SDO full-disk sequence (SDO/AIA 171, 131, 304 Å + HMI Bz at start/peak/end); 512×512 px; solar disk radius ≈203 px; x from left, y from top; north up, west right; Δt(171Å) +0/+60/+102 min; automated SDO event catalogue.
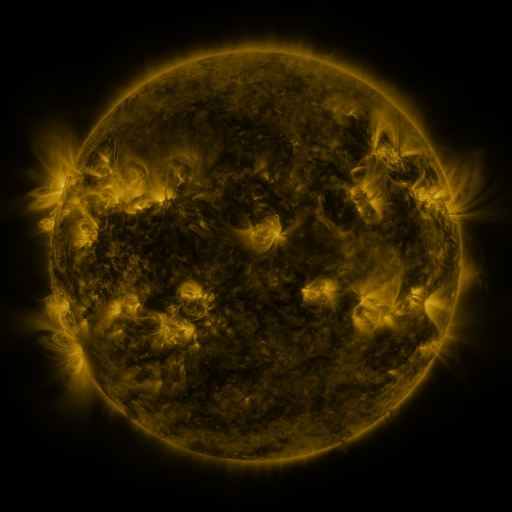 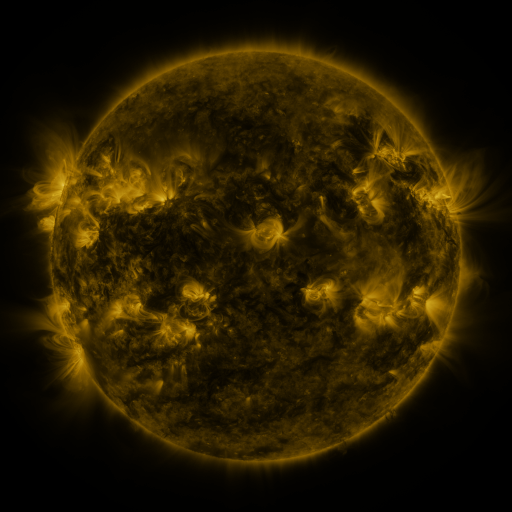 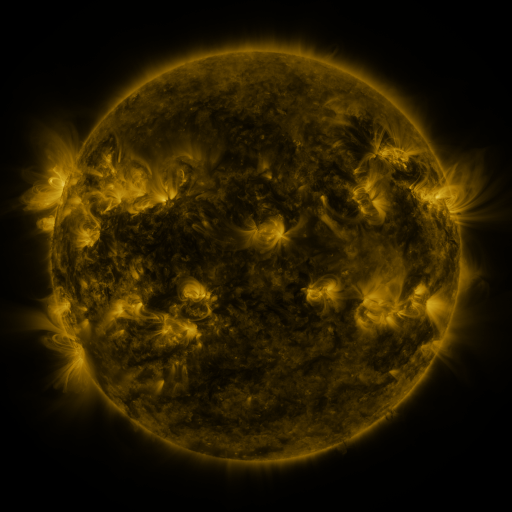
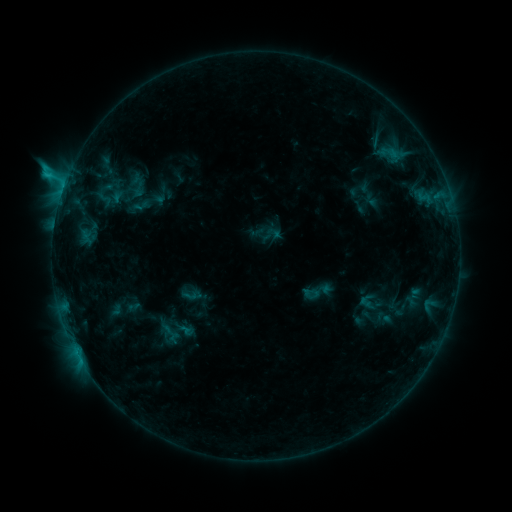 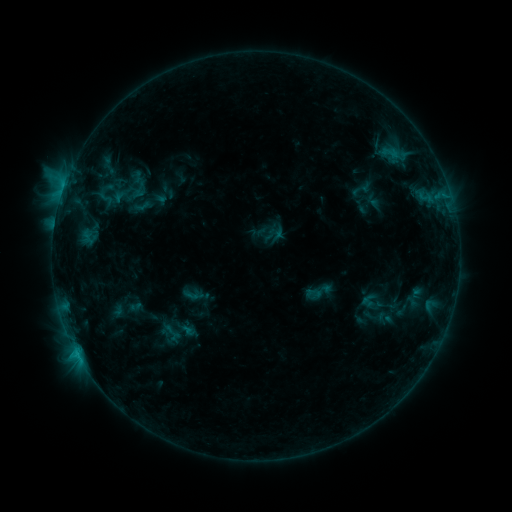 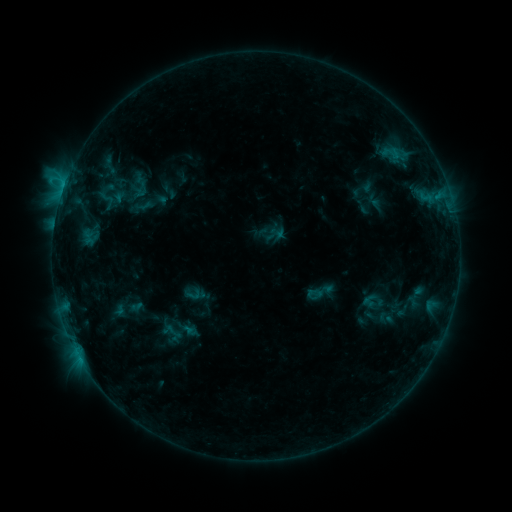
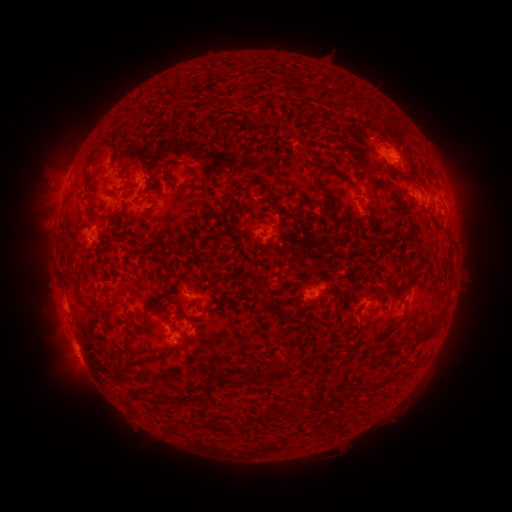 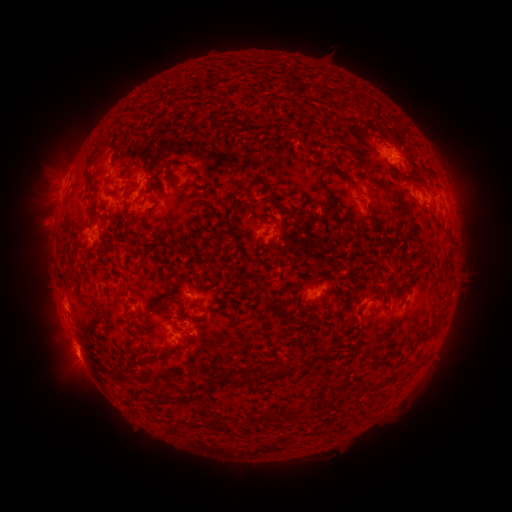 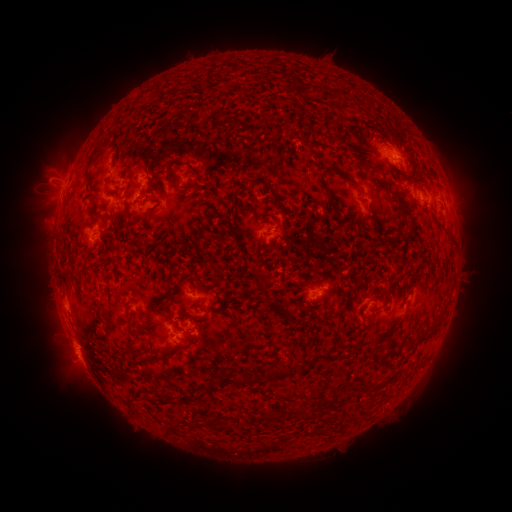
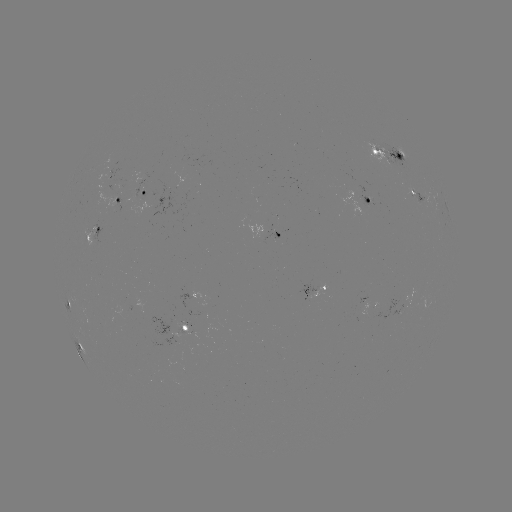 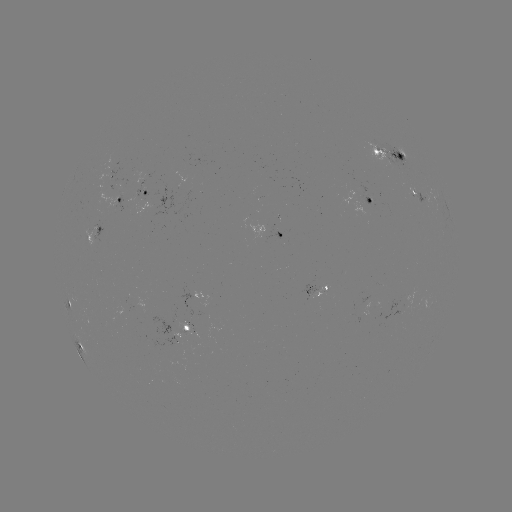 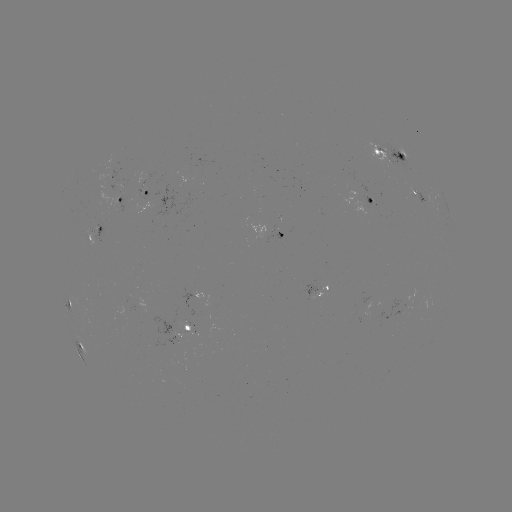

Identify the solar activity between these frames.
emerging-flux region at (175, 344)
